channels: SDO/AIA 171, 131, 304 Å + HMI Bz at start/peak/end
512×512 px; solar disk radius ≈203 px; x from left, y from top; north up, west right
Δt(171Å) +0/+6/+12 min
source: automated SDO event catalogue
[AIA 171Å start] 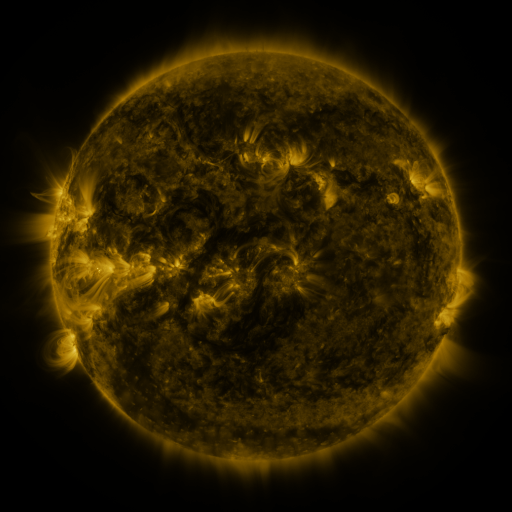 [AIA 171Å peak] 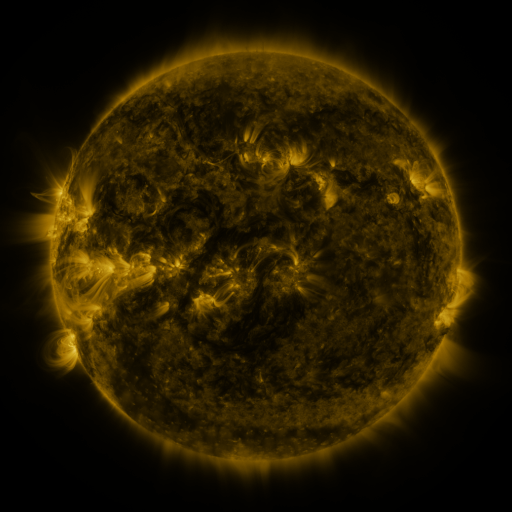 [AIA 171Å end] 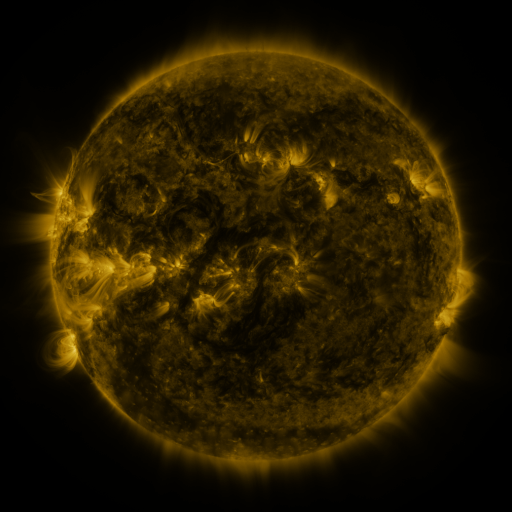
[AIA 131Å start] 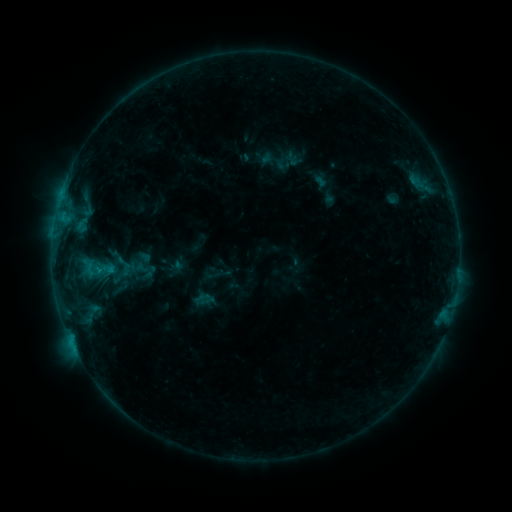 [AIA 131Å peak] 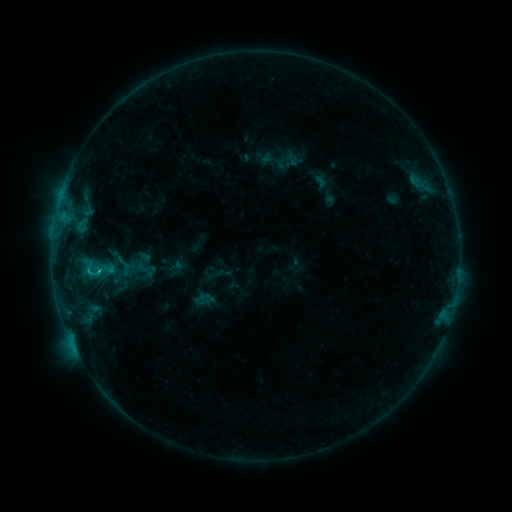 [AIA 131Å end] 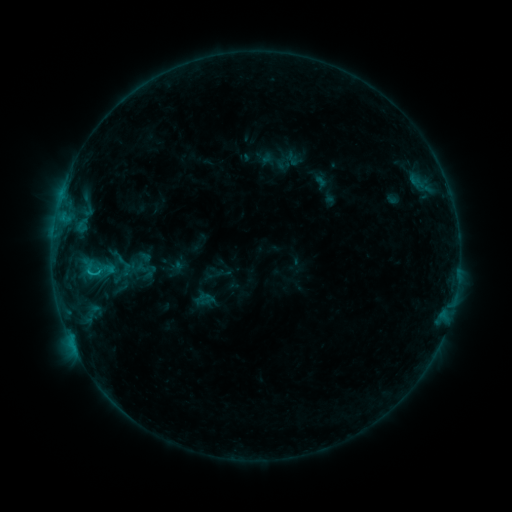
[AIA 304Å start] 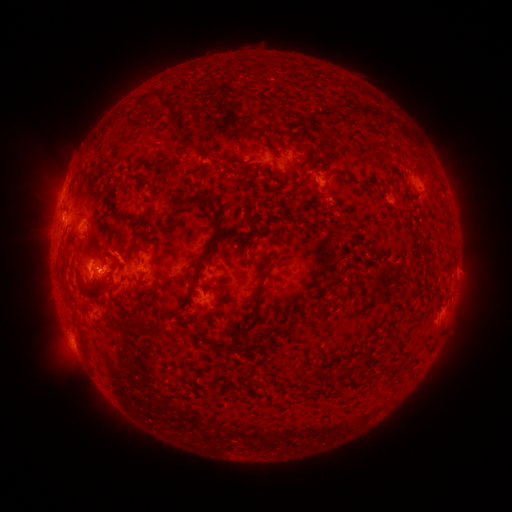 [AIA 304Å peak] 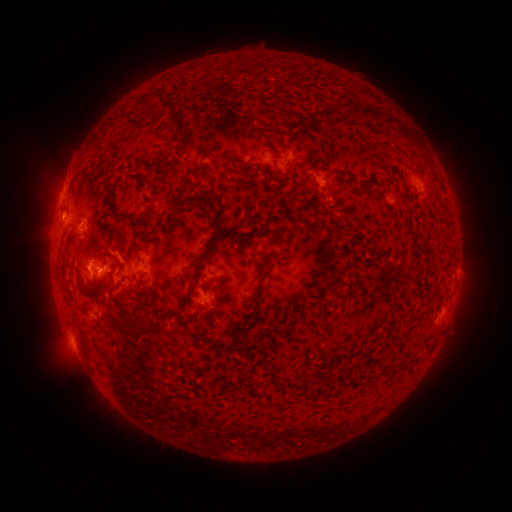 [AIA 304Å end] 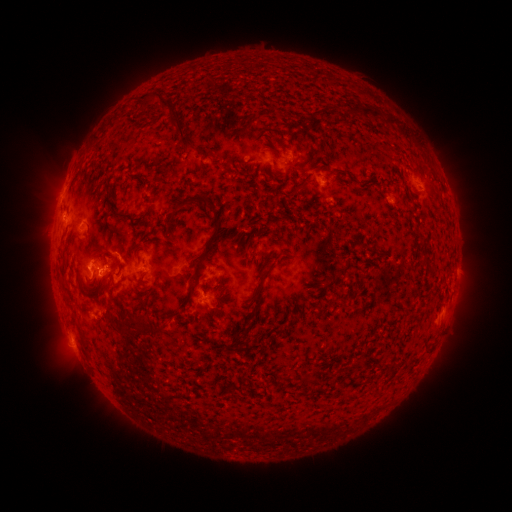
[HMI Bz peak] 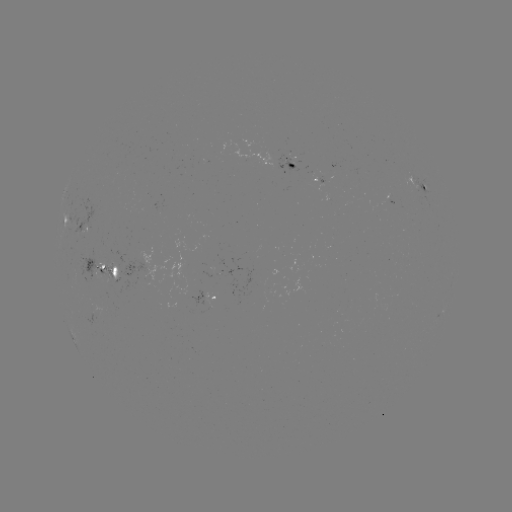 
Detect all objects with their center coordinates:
B8.6 flare: (101, 268)
